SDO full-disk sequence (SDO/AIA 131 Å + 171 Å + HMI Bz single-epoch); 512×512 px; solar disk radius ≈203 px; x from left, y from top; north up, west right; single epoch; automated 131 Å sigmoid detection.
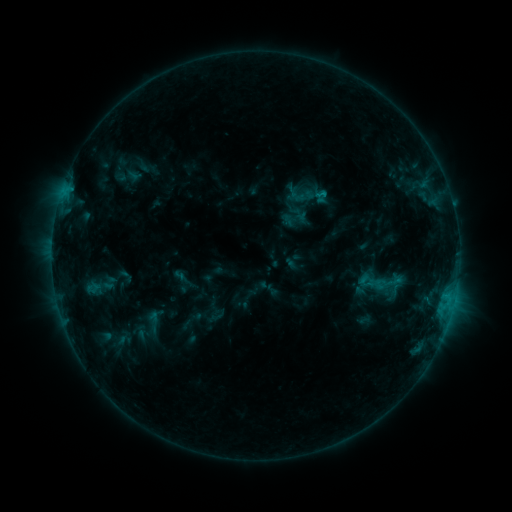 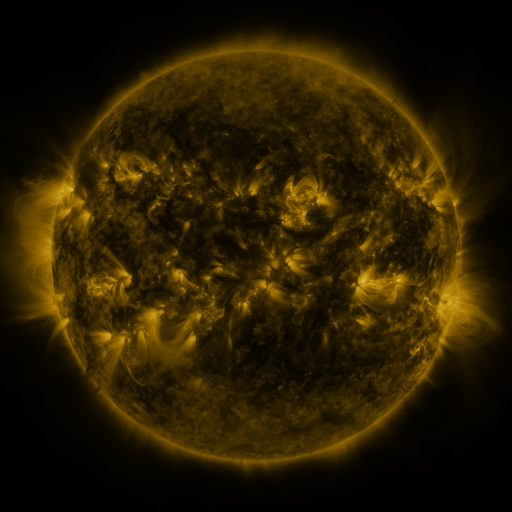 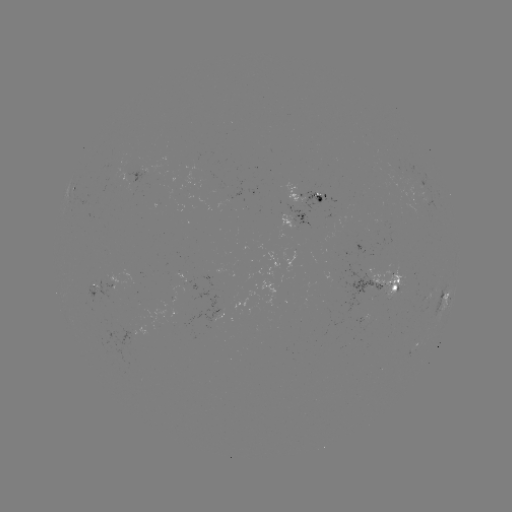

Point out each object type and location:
sigmoid: (386, 283)
